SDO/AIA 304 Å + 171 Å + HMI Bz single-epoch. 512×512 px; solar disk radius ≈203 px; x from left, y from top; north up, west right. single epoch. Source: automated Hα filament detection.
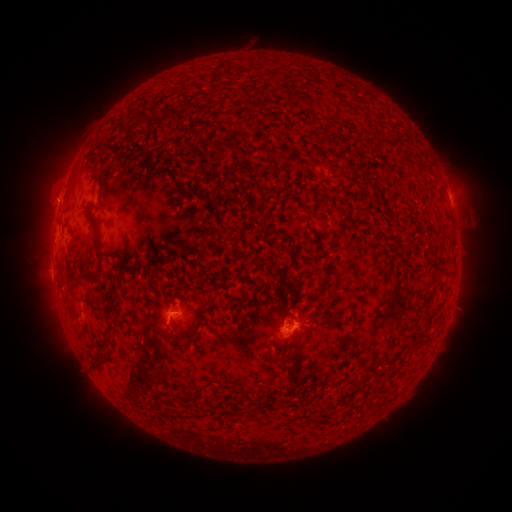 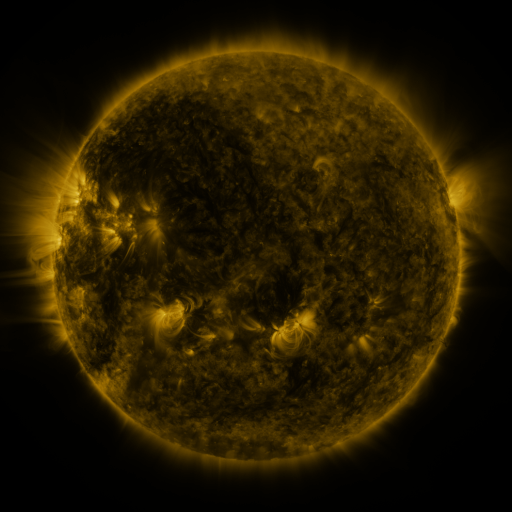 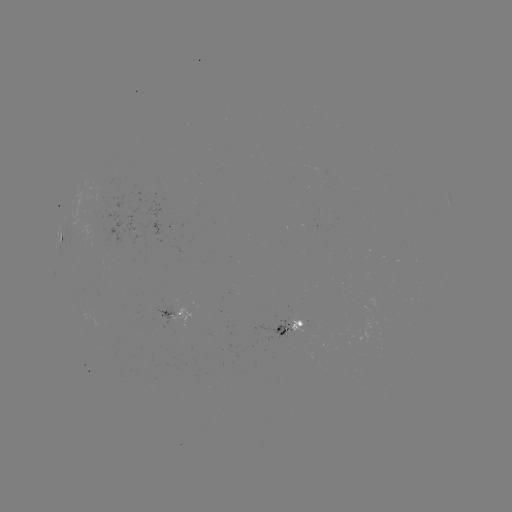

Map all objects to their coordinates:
filament: (174, 116)
filament: (142, 117)
filament: (128, 131)
filament: (187, 132)
filament: (221, 146)
filament: (417, 169)
filament: (175, 181)
filament: (231, 230)
filament: (314, 231)
filament: (337, 236)
filament: (97, 240)
filament: (435, 262)
filament: (87, 303)
filament: (192, 339)
filament: (100, 362)
filament: (196, 400)
